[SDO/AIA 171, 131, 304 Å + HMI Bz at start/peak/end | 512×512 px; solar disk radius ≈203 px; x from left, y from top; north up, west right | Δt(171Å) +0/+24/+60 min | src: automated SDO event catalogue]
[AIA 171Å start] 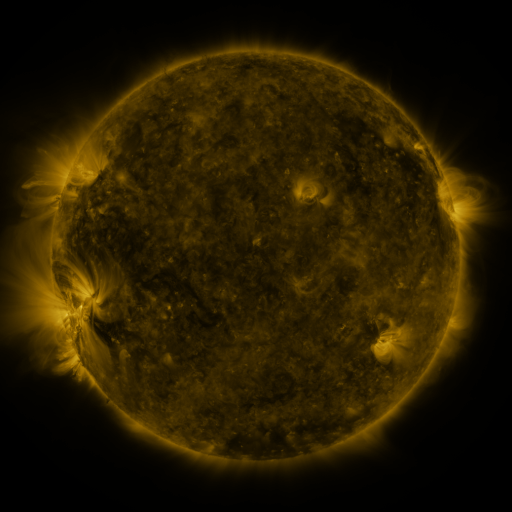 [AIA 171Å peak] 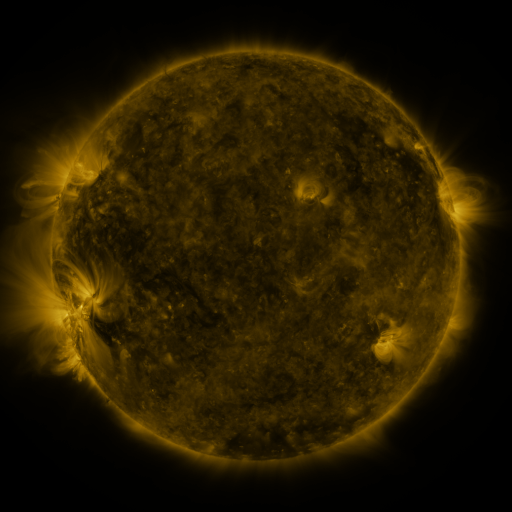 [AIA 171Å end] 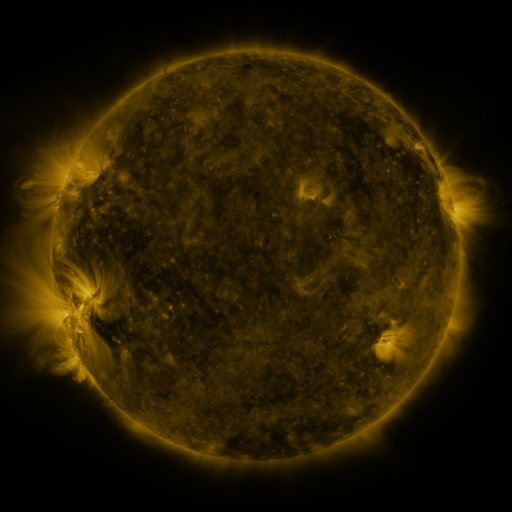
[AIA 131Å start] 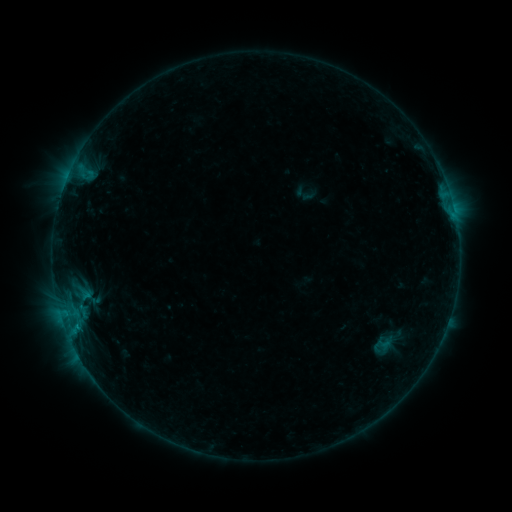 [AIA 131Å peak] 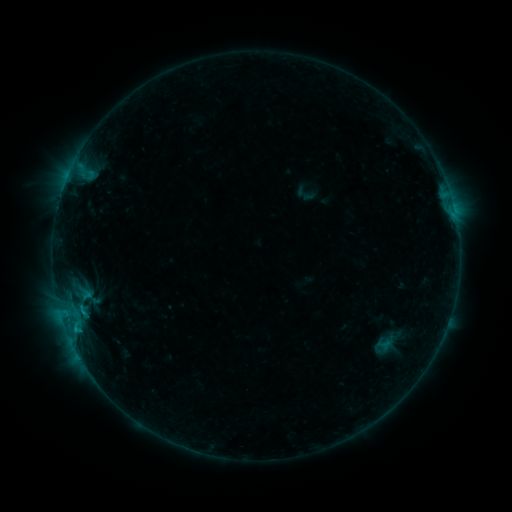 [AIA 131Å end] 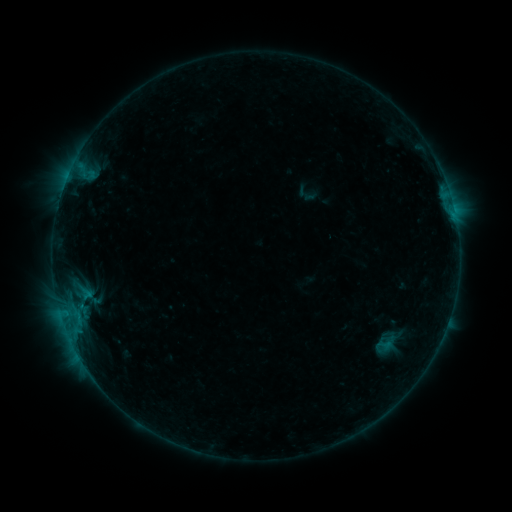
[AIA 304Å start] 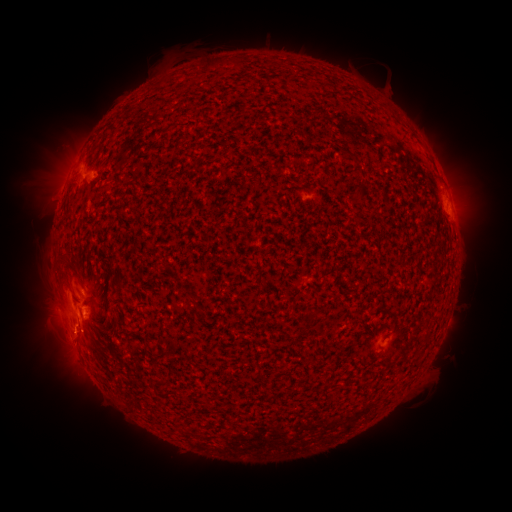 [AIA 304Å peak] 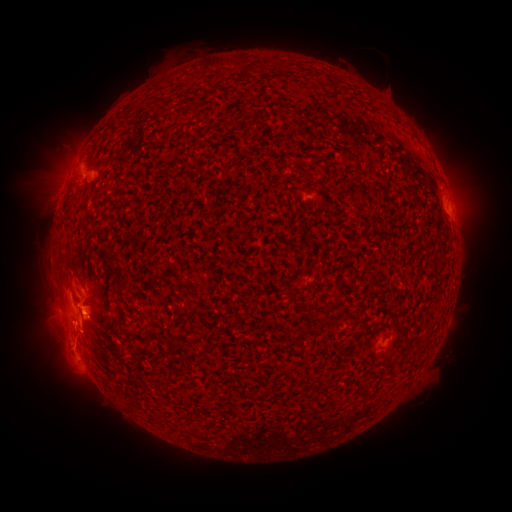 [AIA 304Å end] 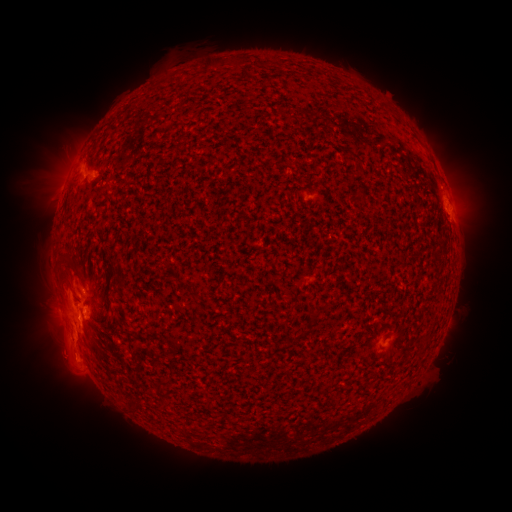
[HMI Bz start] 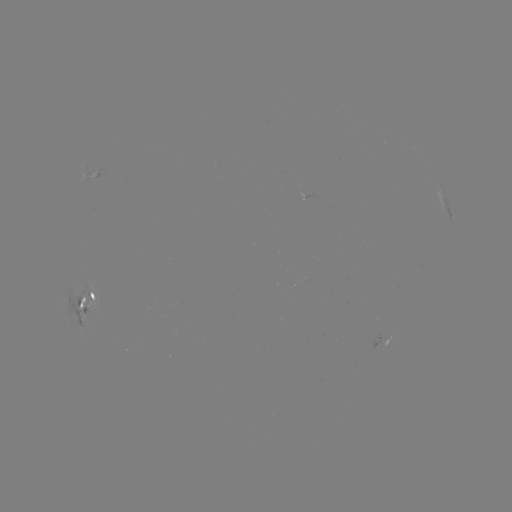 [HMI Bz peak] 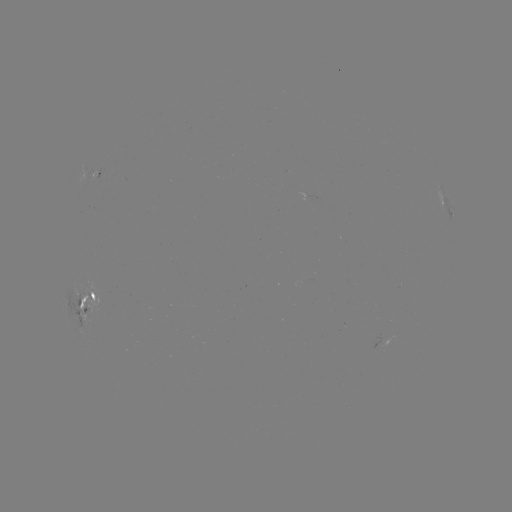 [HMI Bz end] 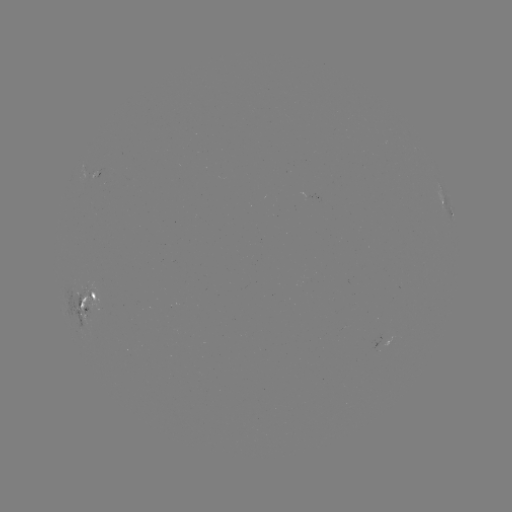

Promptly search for emerging-flux region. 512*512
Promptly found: (378, 346).